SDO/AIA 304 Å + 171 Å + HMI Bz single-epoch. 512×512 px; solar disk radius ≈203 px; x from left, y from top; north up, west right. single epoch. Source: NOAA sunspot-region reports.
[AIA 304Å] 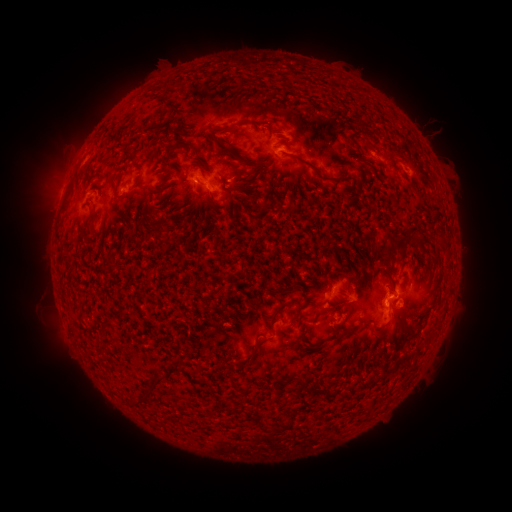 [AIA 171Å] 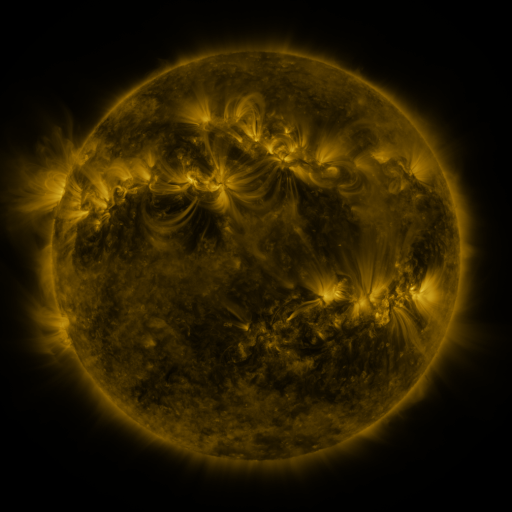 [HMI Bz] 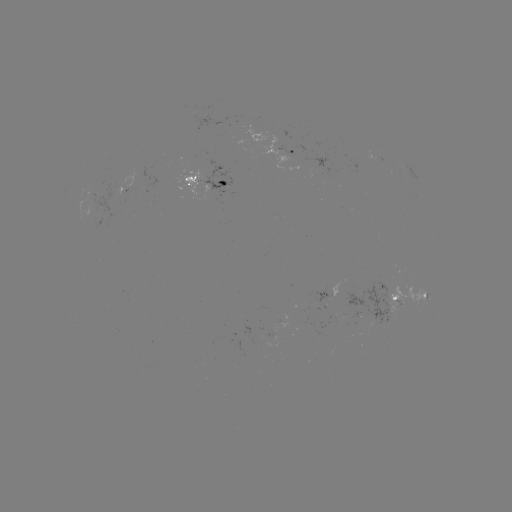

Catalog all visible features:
spotted active region: (297, 152)
spotted active region: (208, 181)
spotted active region: (329, 294)
spotted active region: (408, 297)
spotted active region: (281, 327)
